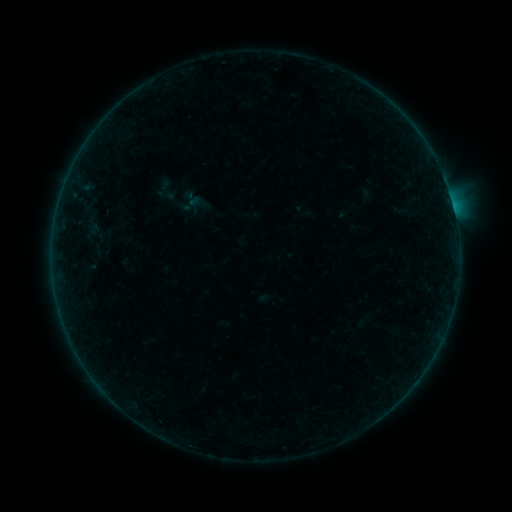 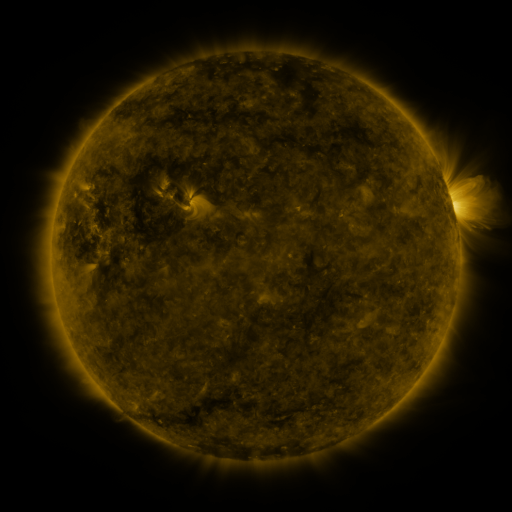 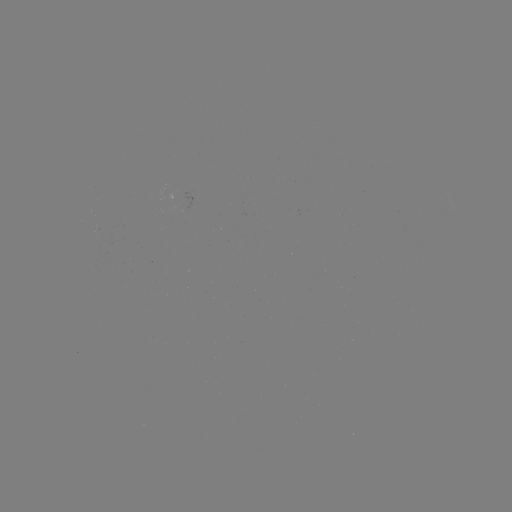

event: sigmoid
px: (189, 204)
